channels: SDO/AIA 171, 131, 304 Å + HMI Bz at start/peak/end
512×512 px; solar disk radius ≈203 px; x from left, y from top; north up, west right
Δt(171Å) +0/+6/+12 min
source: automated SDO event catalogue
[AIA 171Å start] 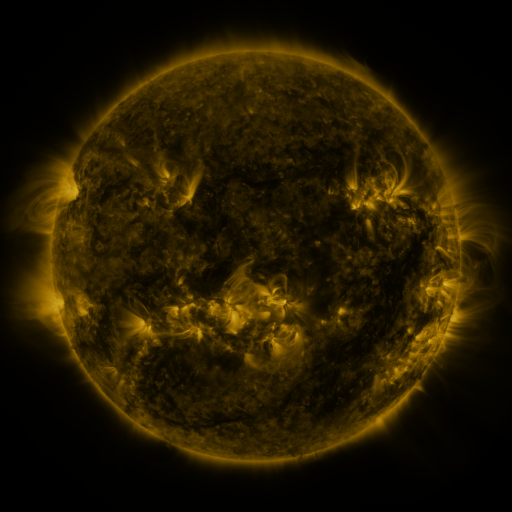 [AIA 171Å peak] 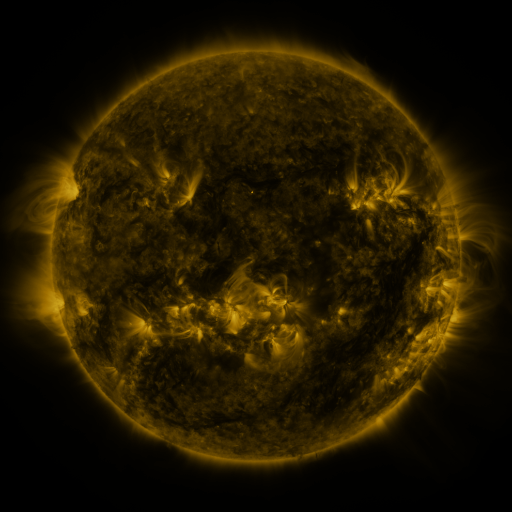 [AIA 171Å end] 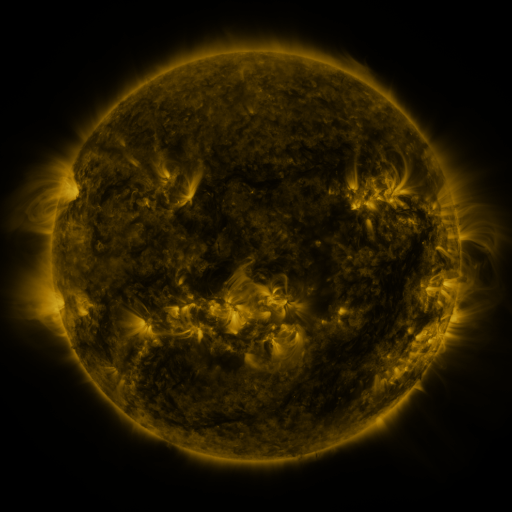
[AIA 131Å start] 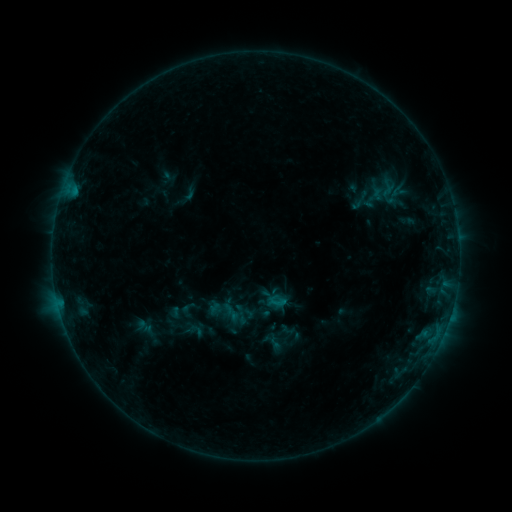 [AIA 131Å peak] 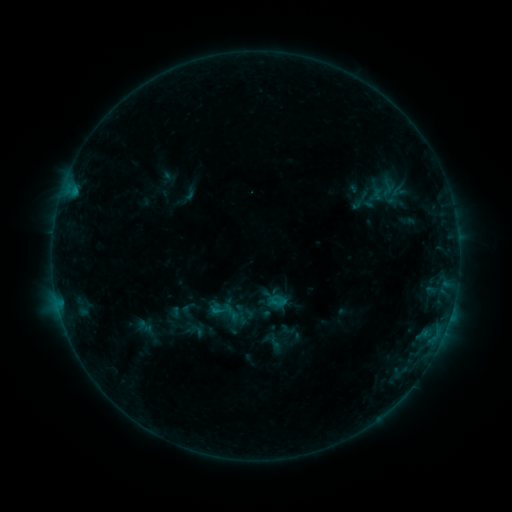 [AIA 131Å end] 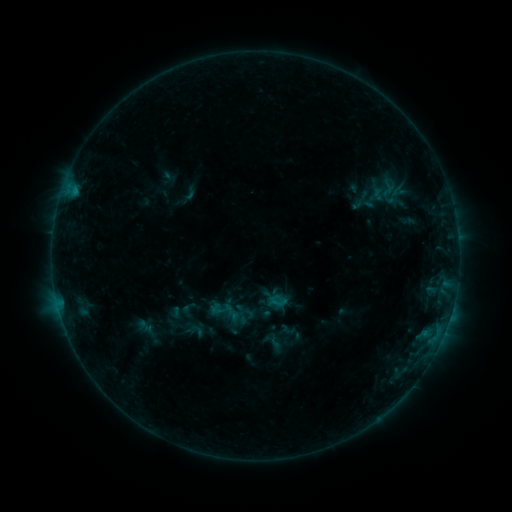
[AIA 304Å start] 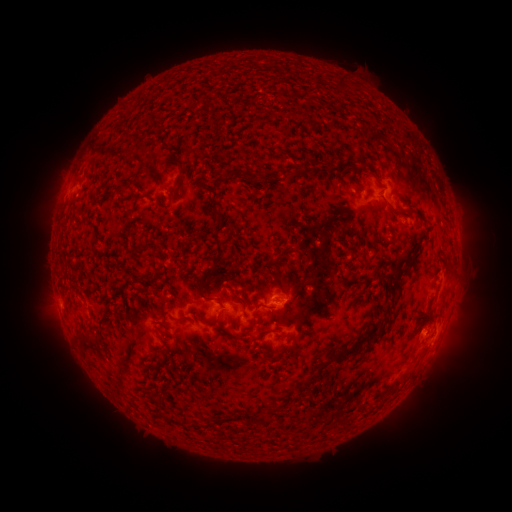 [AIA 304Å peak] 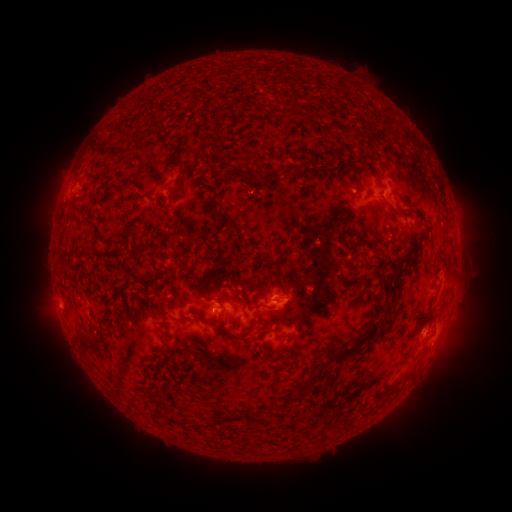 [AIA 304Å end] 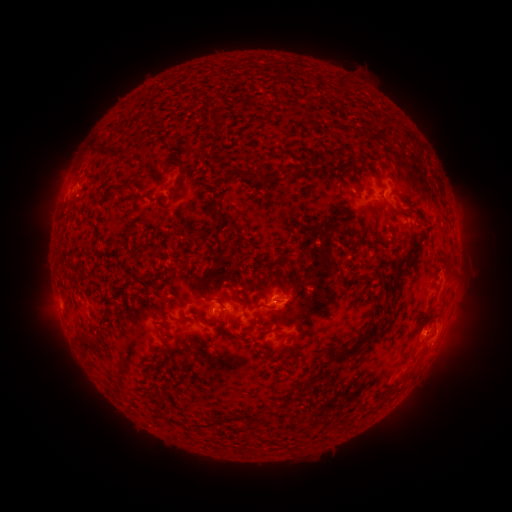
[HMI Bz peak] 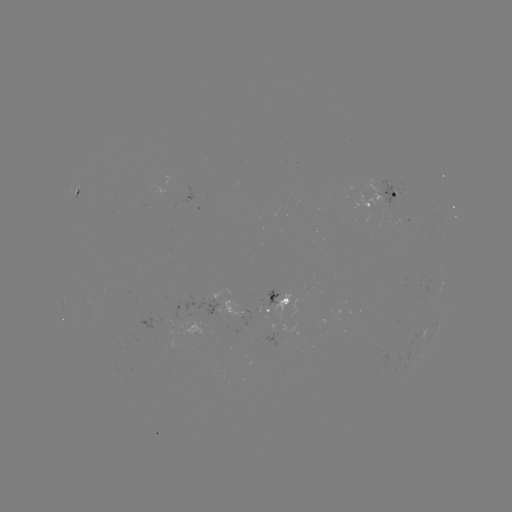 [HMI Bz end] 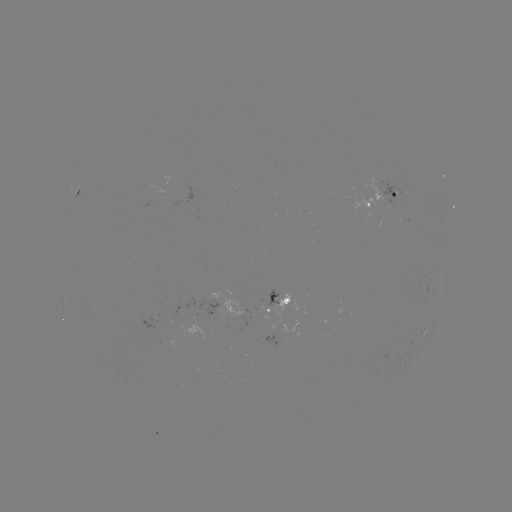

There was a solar flare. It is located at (217, 309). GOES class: B4.3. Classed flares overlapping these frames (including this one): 1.